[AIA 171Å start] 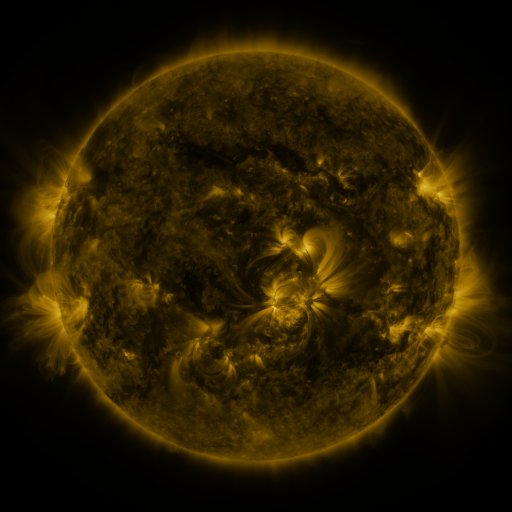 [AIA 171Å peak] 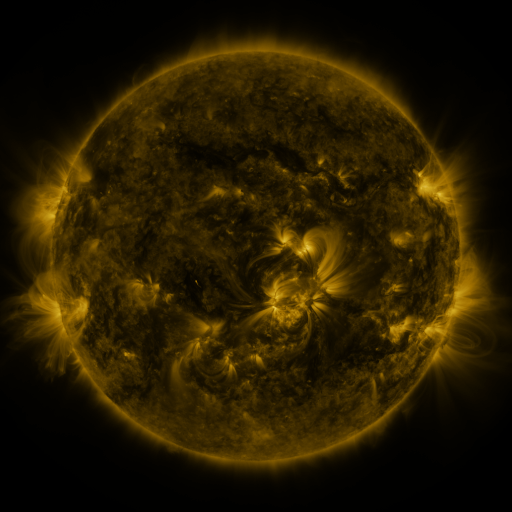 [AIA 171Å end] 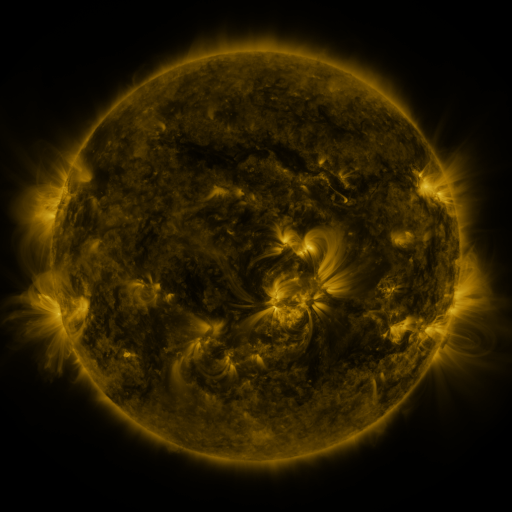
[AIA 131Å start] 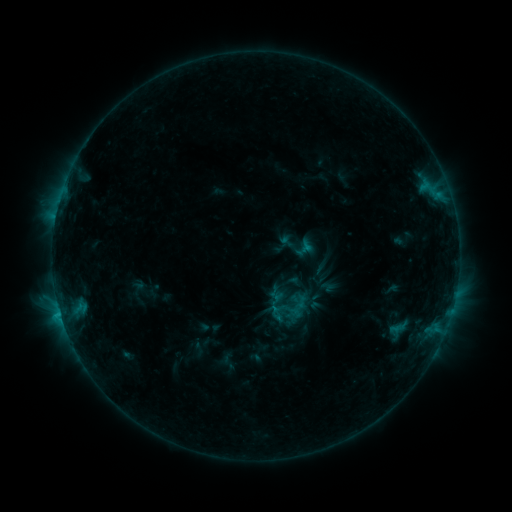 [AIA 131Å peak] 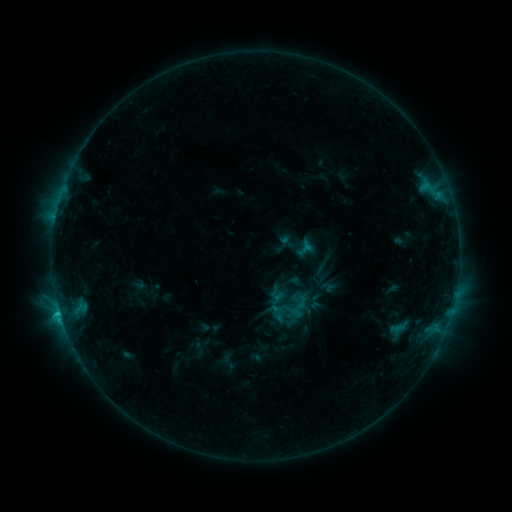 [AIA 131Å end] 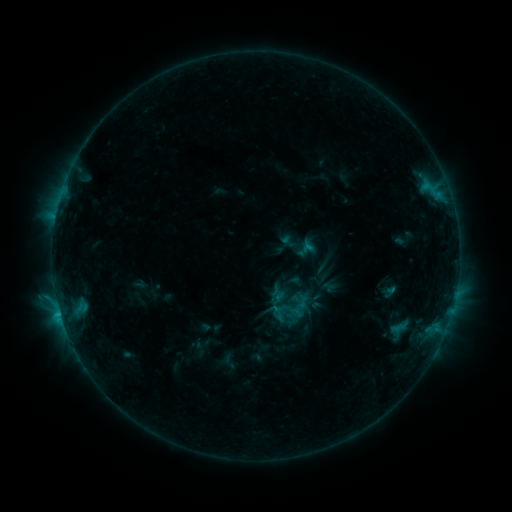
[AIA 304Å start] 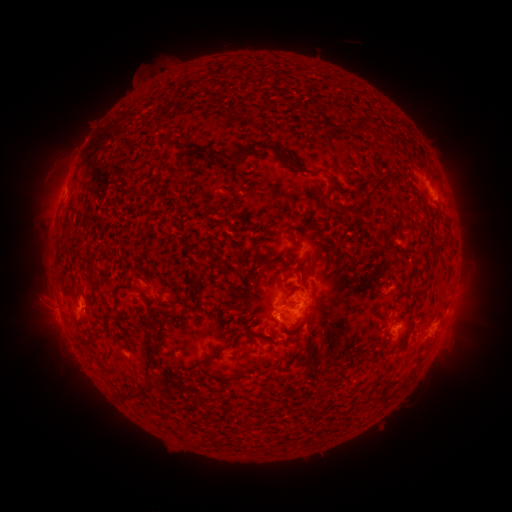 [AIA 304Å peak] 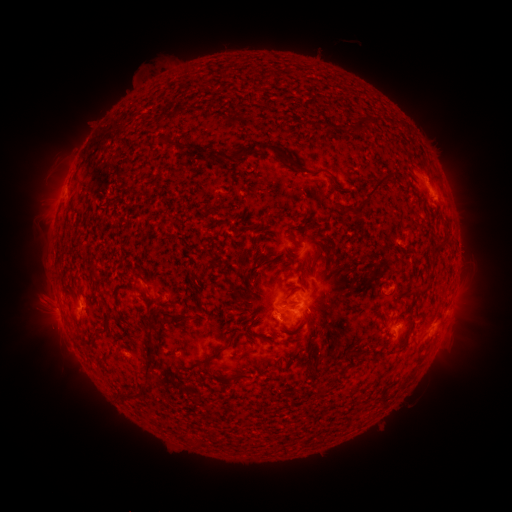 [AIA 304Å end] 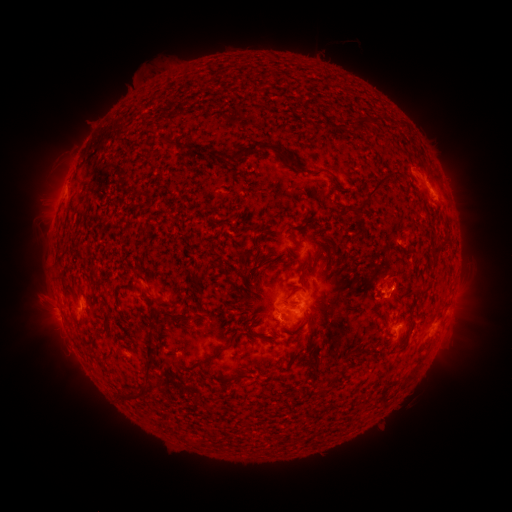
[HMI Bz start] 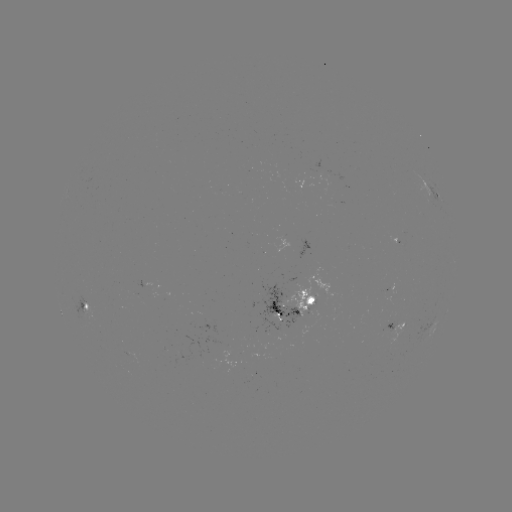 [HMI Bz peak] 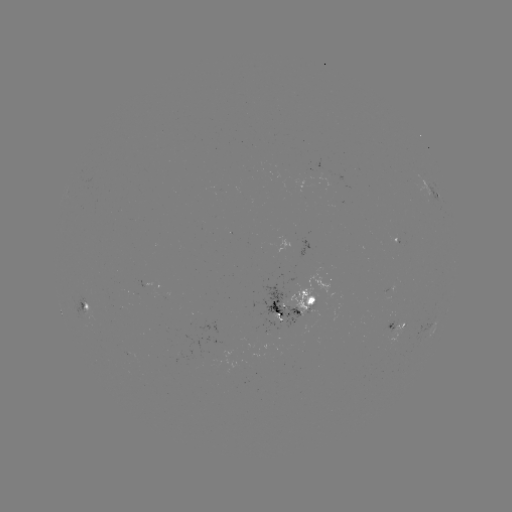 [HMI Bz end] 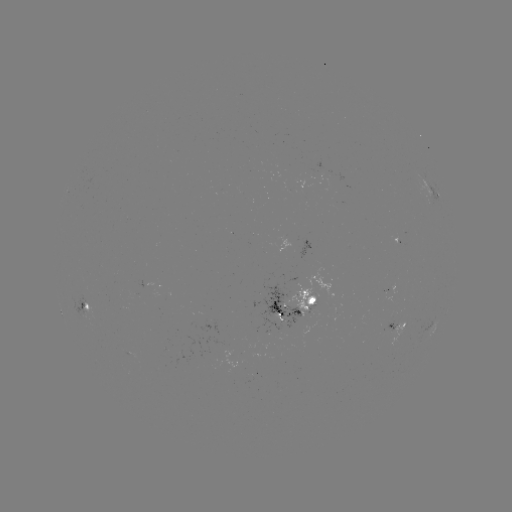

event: flare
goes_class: C1.6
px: (60, 312)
